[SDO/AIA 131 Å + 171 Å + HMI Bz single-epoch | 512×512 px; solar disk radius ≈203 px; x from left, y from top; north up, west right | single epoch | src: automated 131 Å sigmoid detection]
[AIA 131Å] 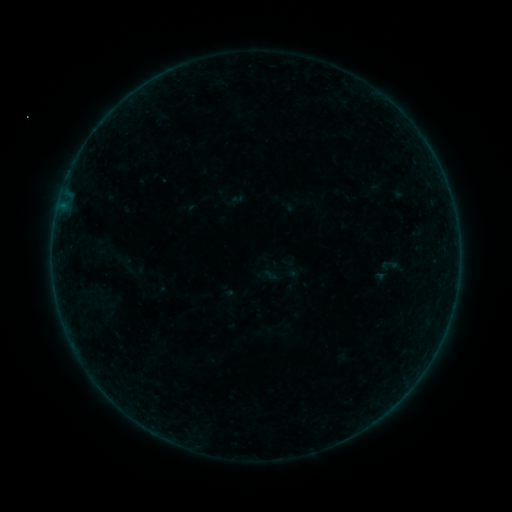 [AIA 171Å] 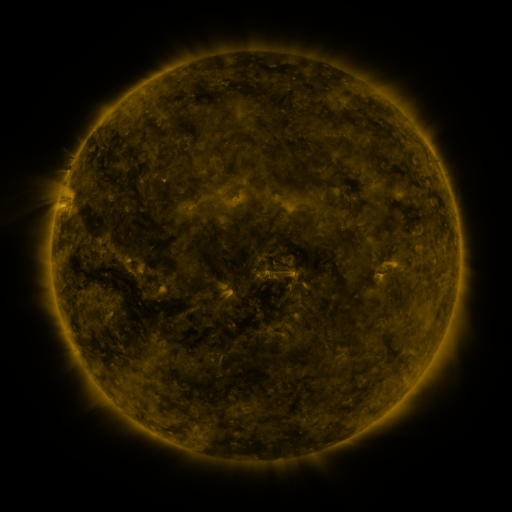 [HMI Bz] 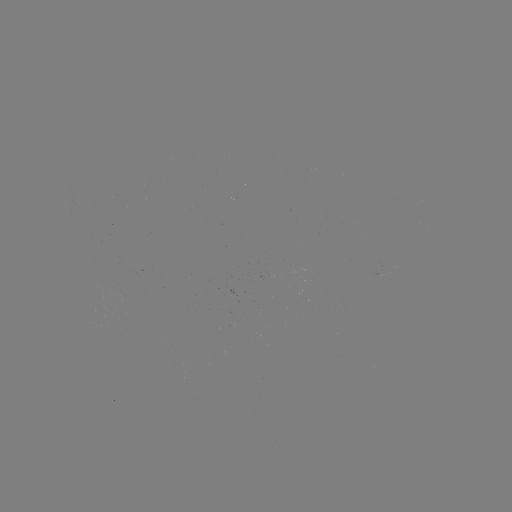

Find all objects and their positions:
sigmoid: (389, 265)
